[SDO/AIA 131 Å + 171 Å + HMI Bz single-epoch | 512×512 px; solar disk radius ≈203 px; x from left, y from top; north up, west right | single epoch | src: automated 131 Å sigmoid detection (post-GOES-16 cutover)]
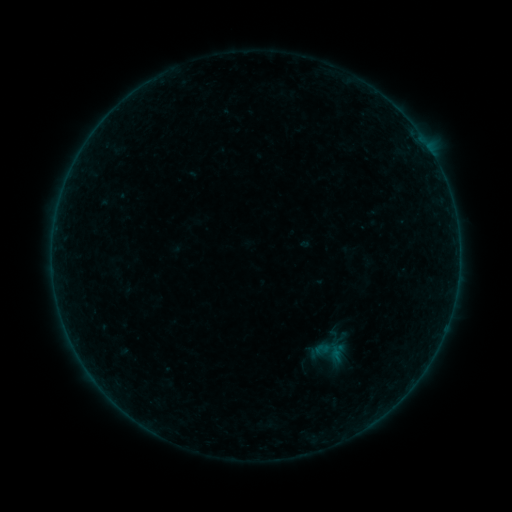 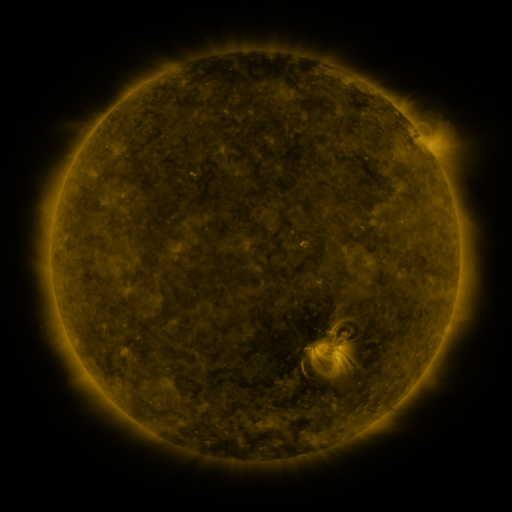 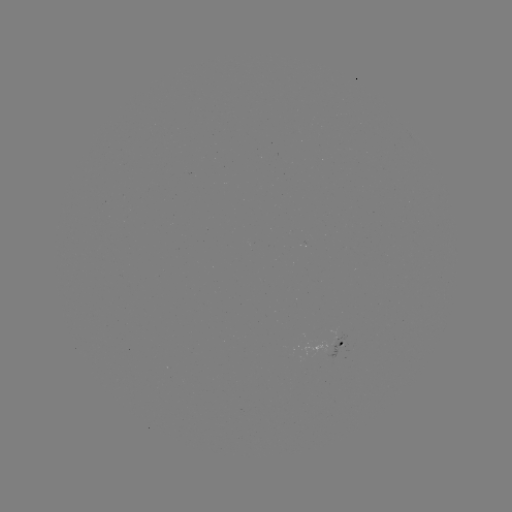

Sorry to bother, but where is sigmoid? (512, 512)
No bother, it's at [326, 353].